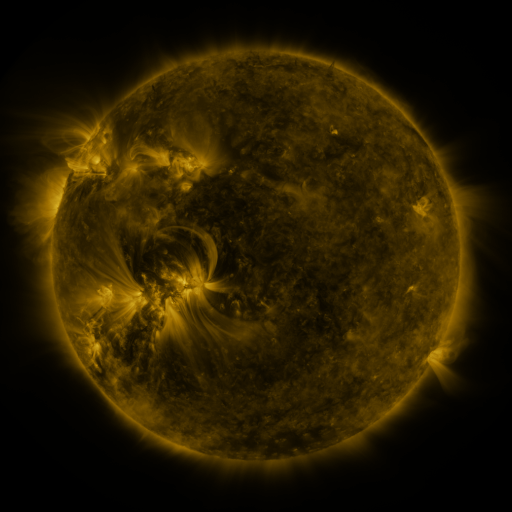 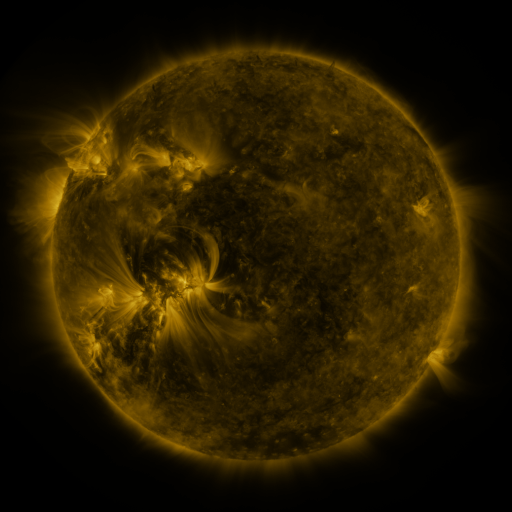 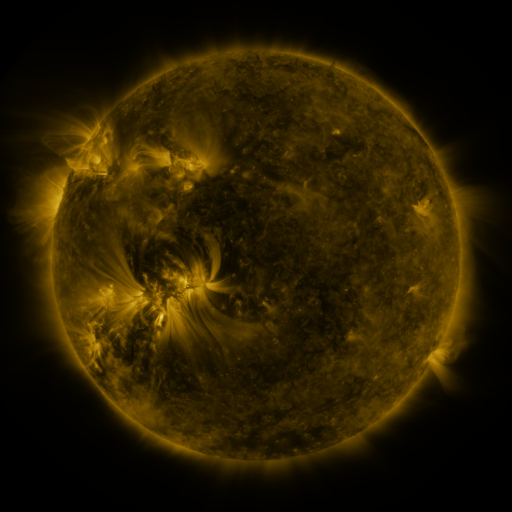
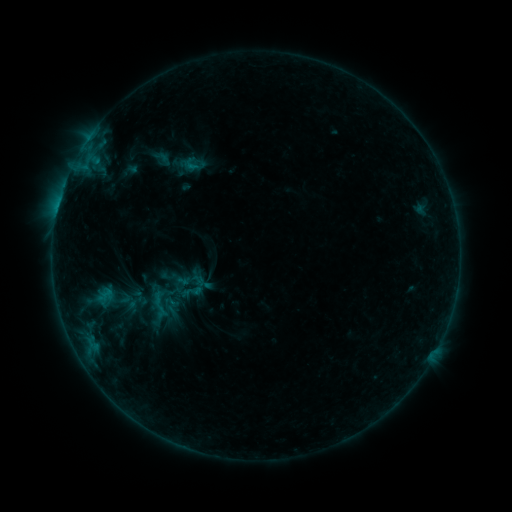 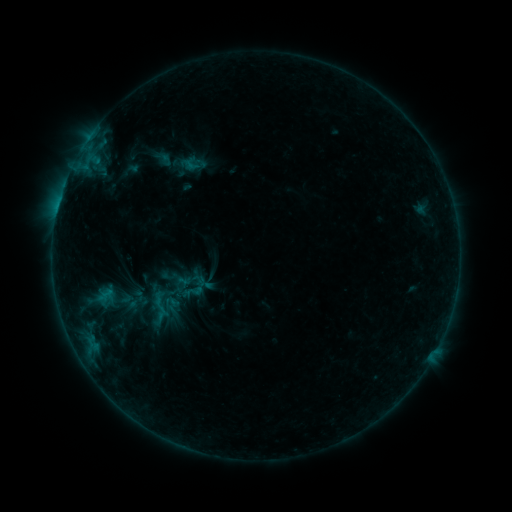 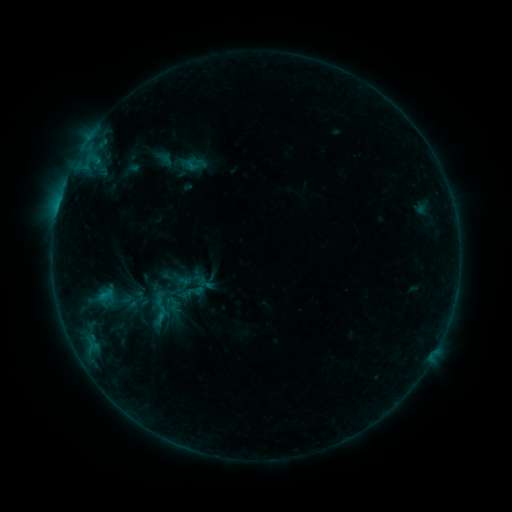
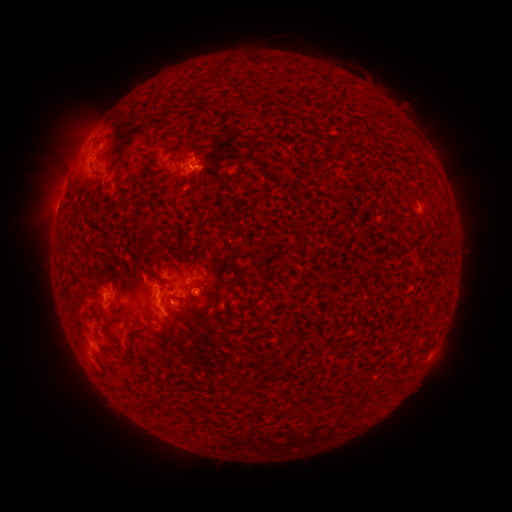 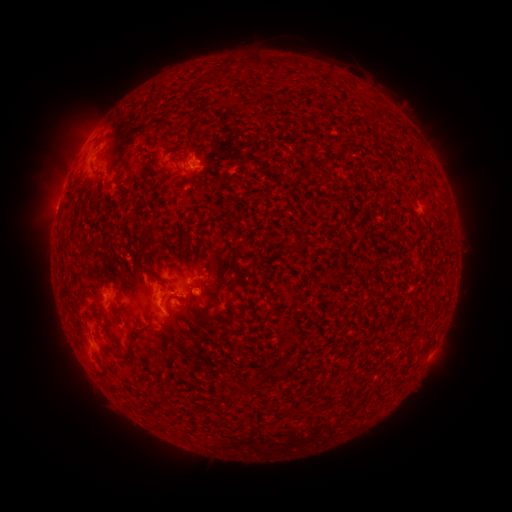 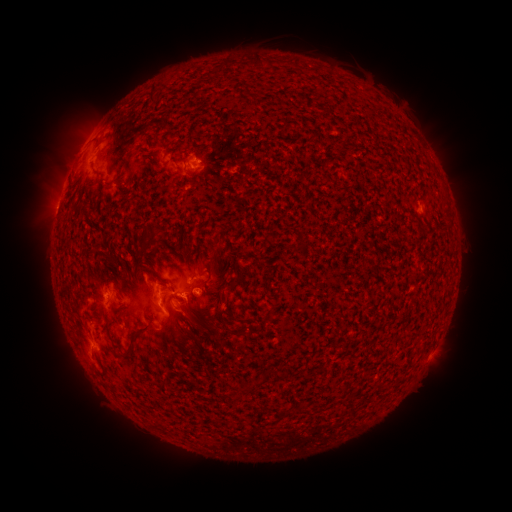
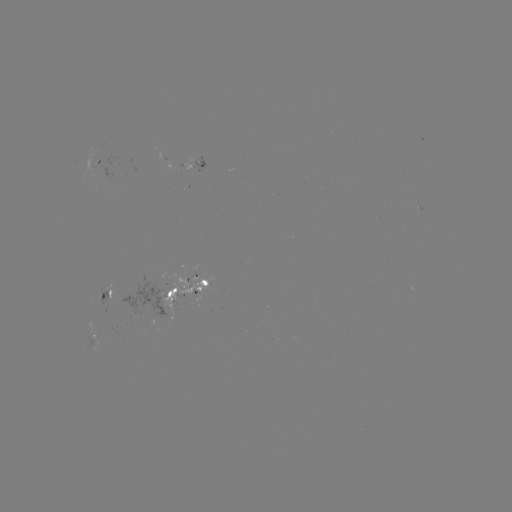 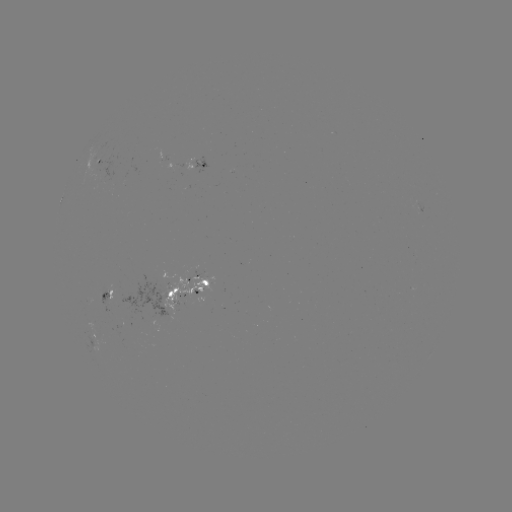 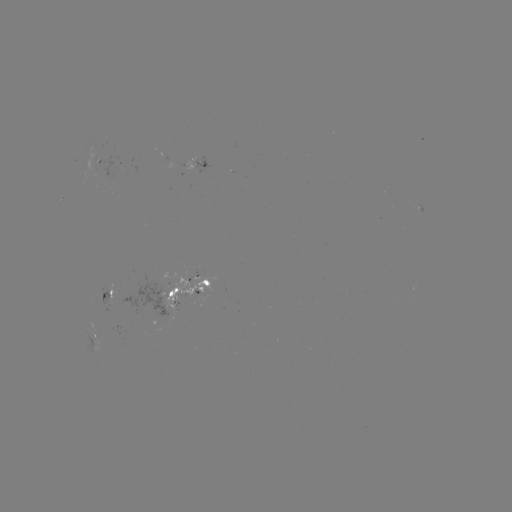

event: emerging-flux region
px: (198, 277)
